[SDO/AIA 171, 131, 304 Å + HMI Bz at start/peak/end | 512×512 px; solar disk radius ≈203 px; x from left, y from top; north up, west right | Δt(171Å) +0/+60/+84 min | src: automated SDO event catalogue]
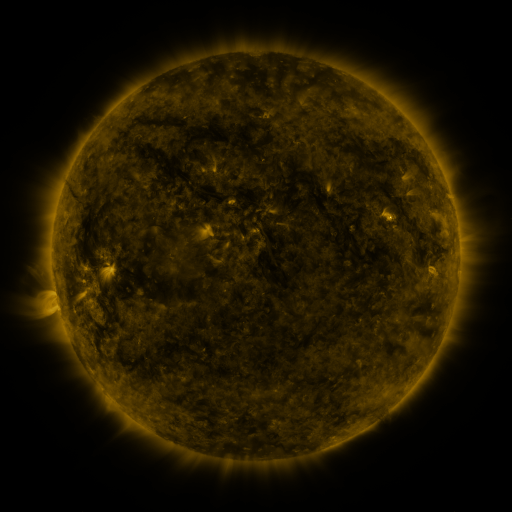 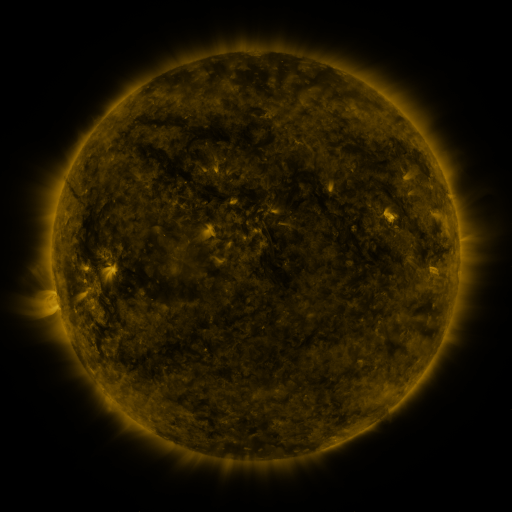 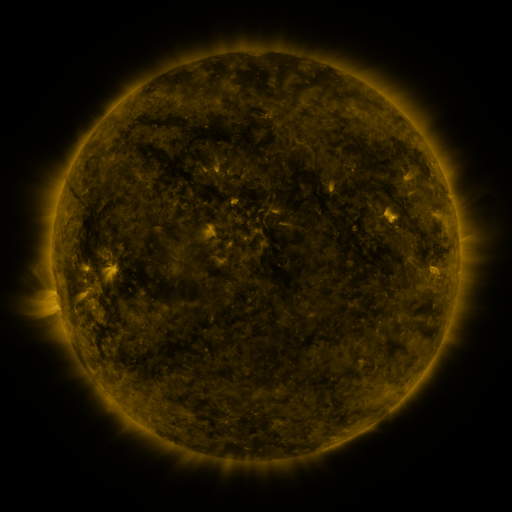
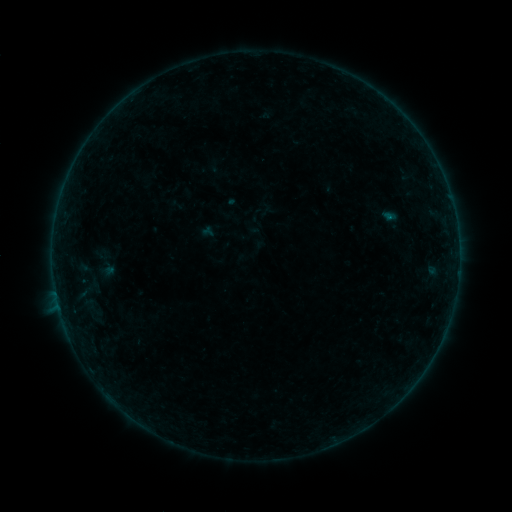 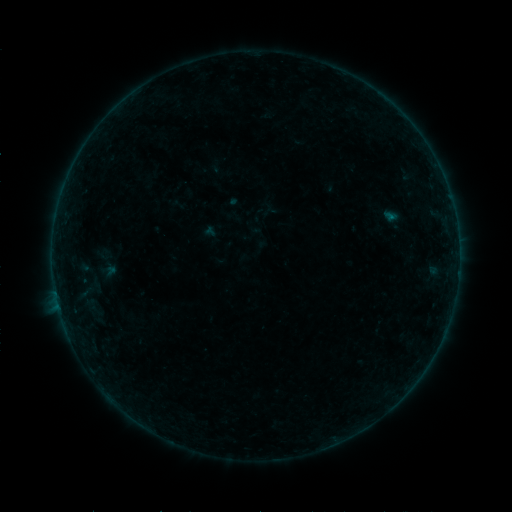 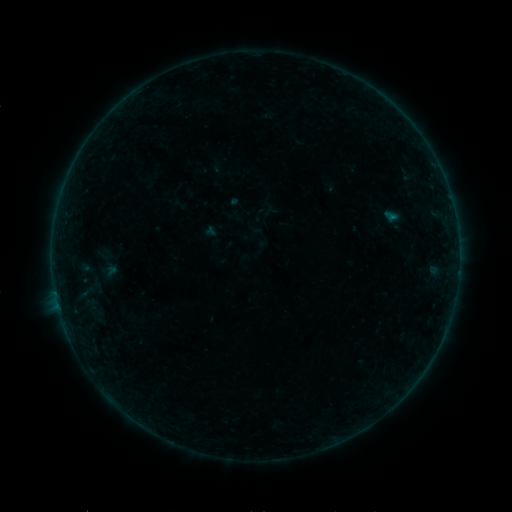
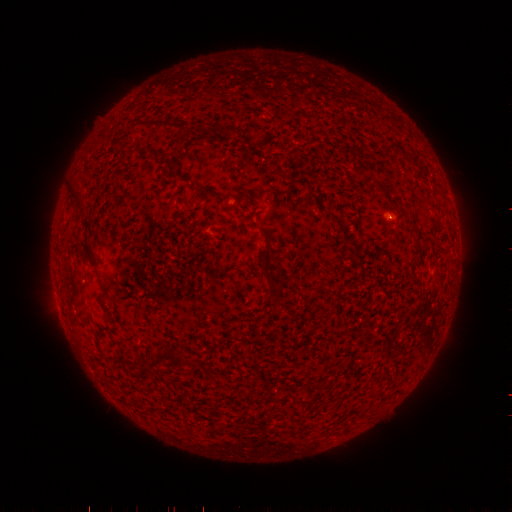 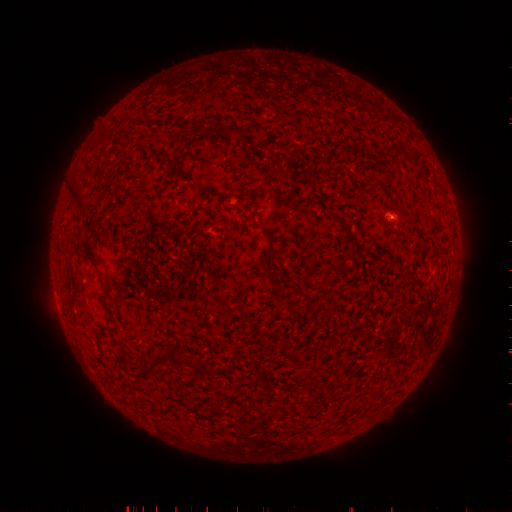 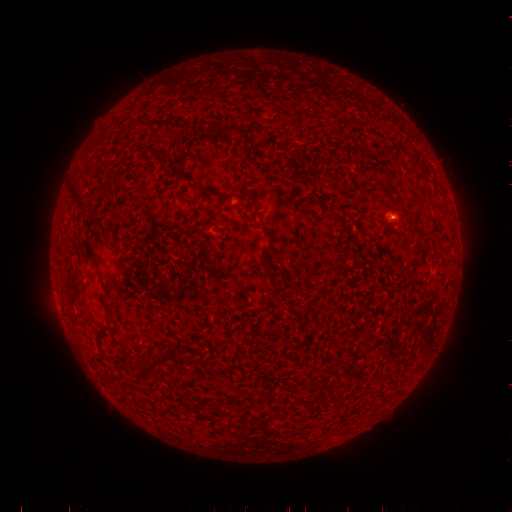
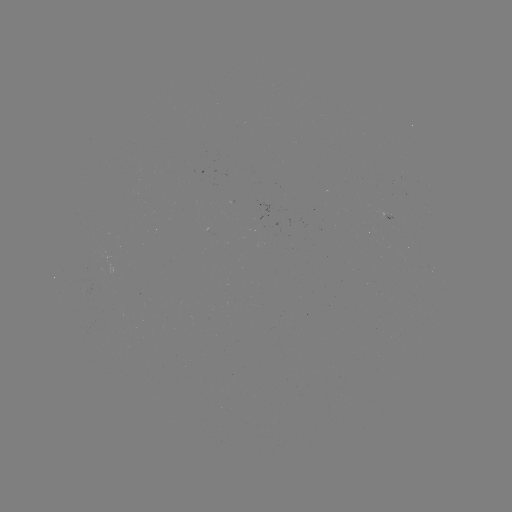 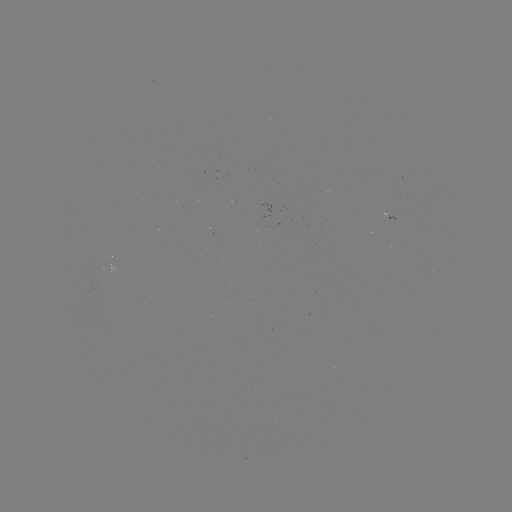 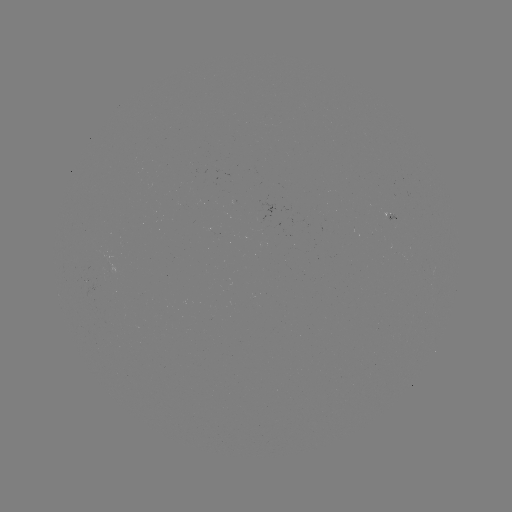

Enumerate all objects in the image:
emerging-flux region: (263, 220)
